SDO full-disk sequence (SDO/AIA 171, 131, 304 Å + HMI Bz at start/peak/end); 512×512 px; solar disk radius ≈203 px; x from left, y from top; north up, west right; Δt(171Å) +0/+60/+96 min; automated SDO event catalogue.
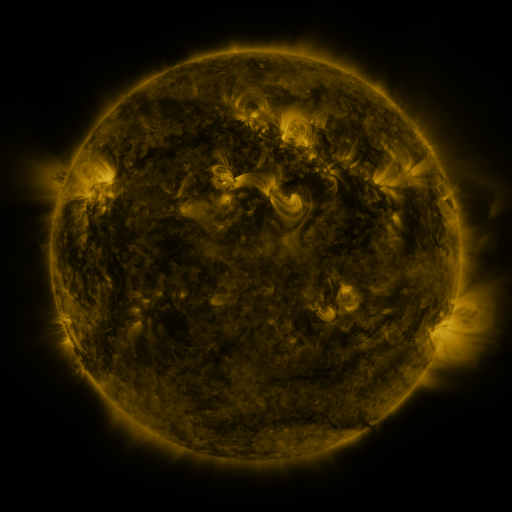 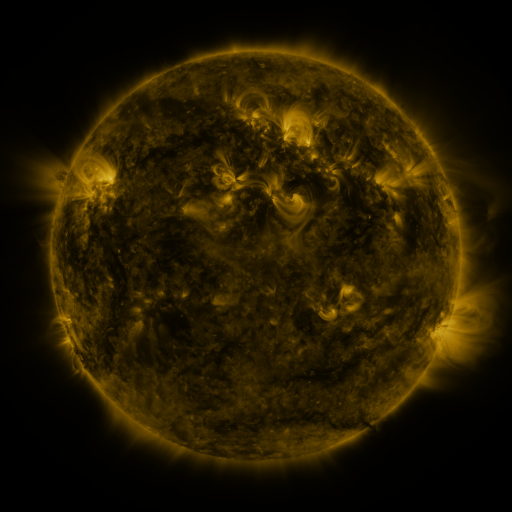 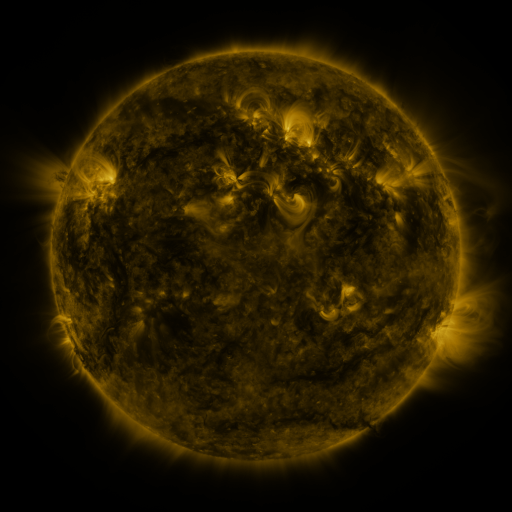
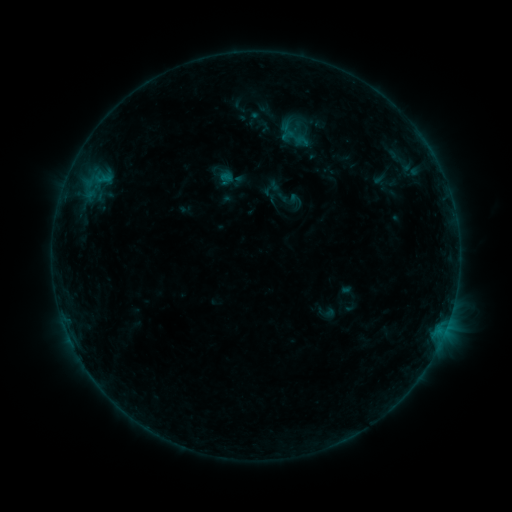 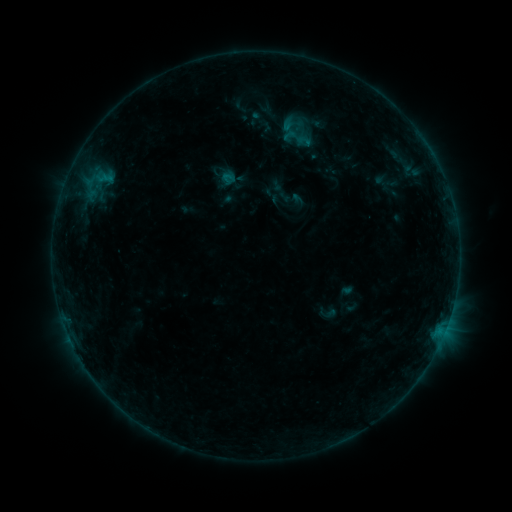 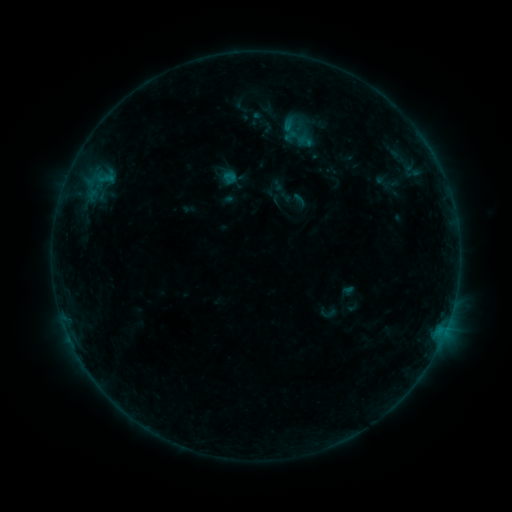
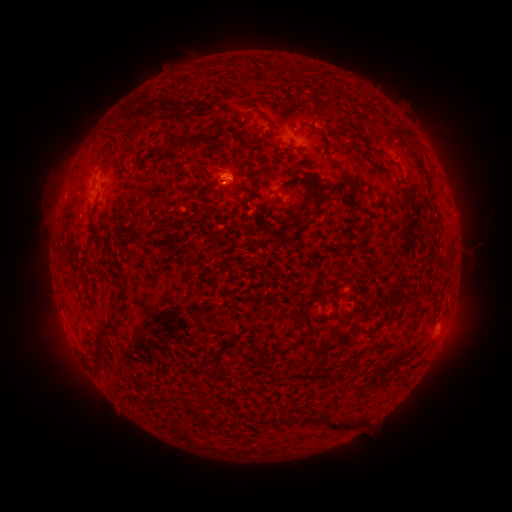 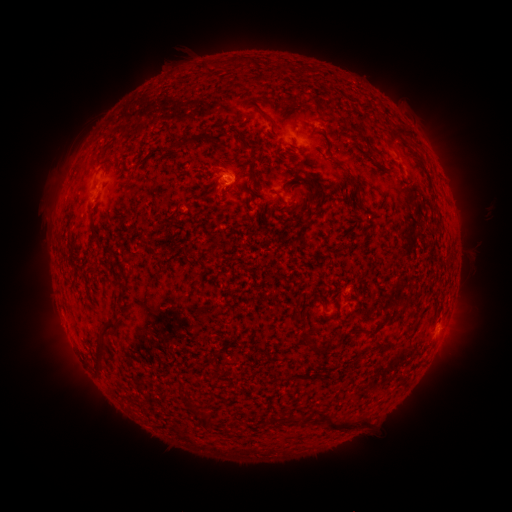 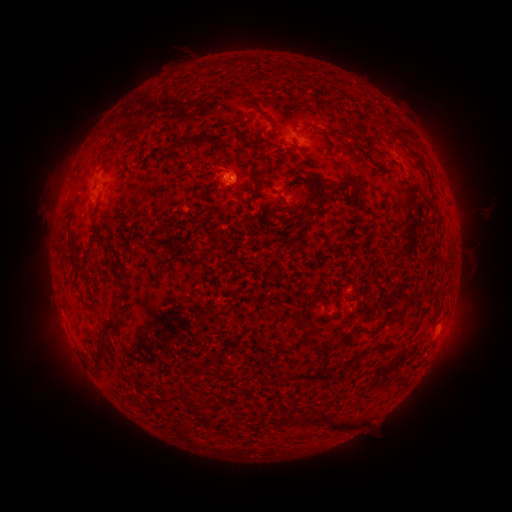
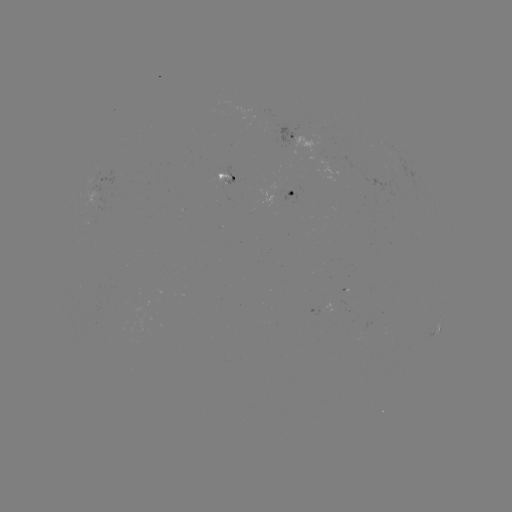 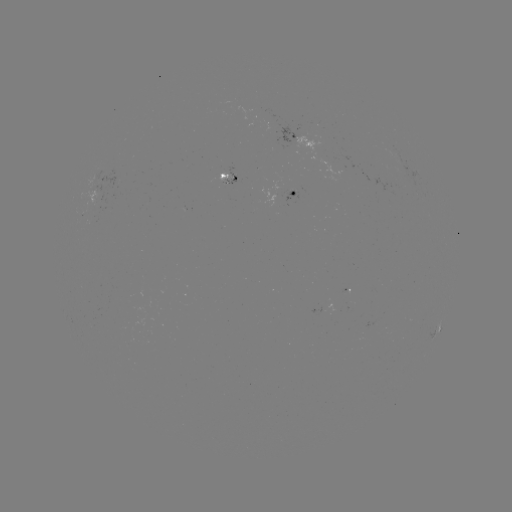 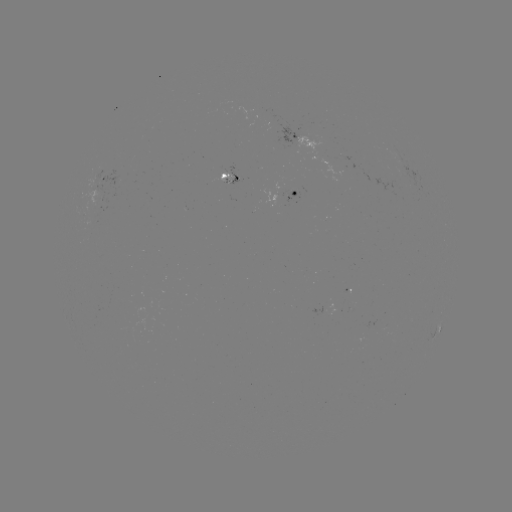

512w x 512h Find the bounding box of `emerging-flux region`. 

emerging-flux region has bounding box [283, 190, 298, 203].